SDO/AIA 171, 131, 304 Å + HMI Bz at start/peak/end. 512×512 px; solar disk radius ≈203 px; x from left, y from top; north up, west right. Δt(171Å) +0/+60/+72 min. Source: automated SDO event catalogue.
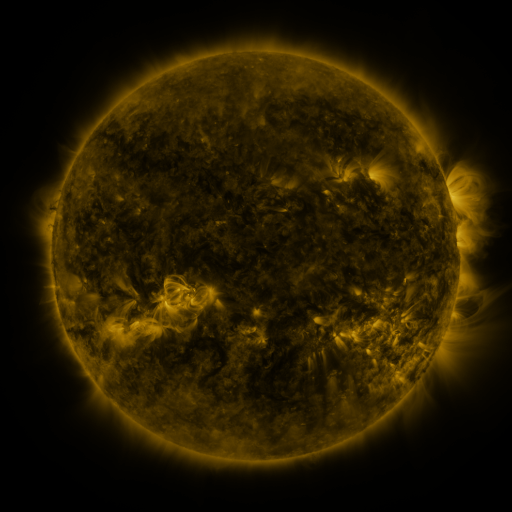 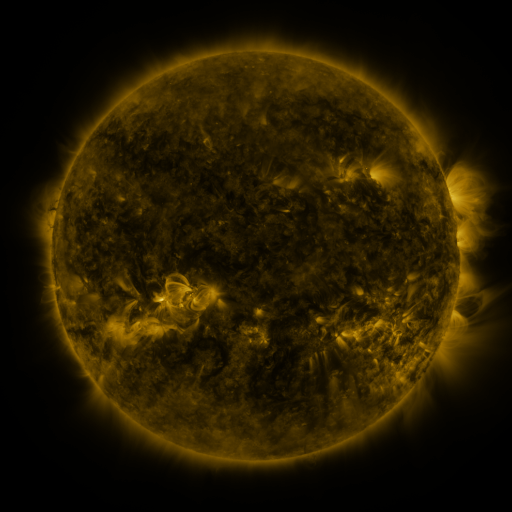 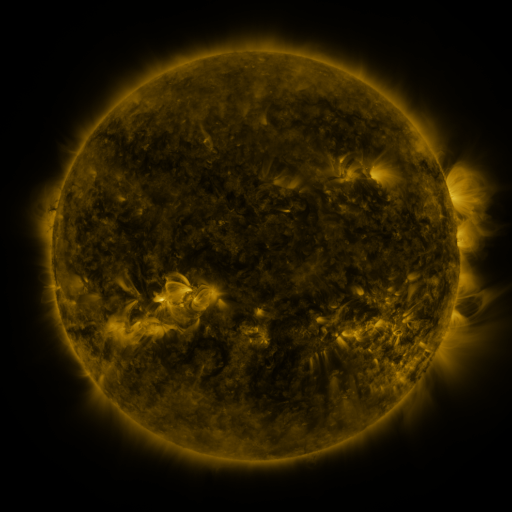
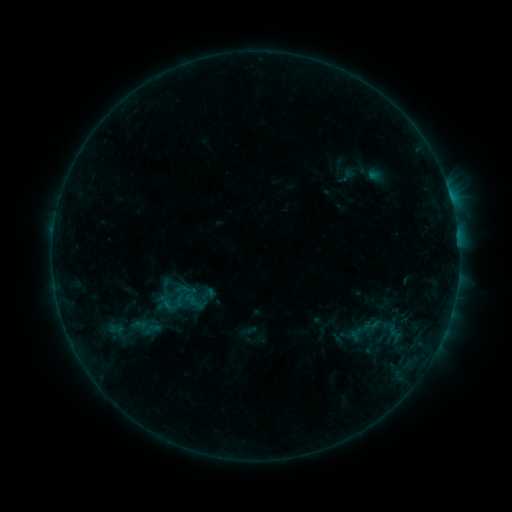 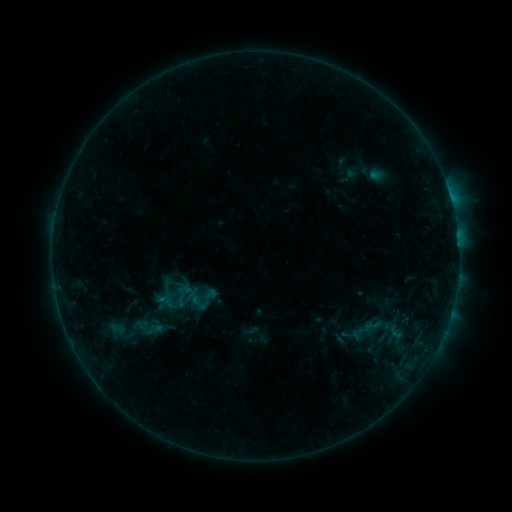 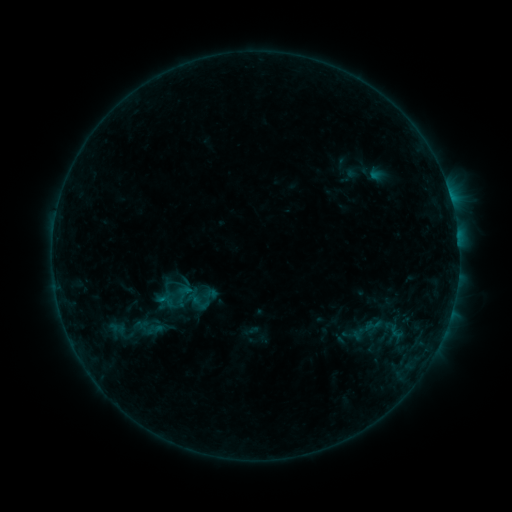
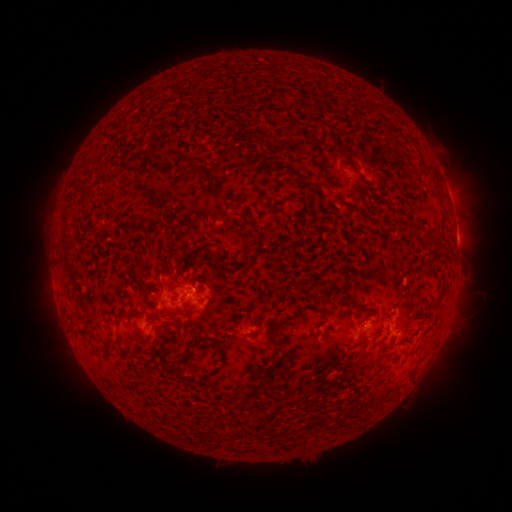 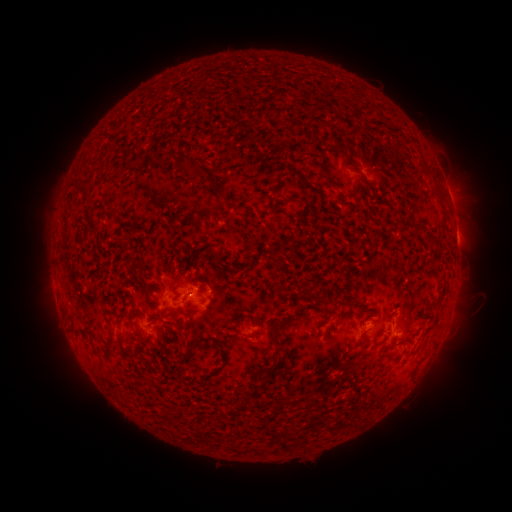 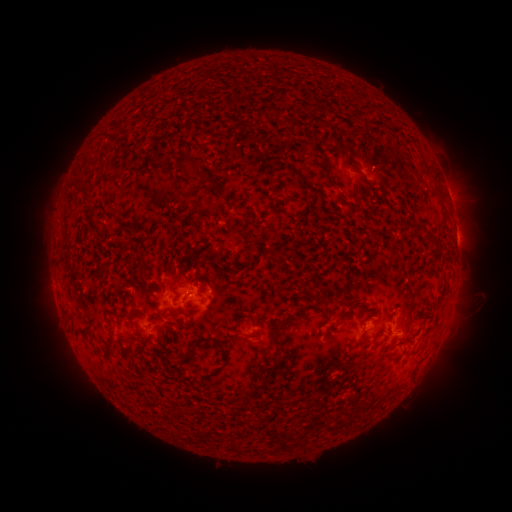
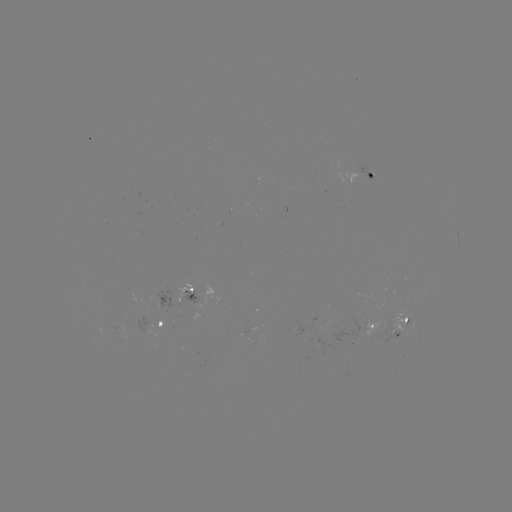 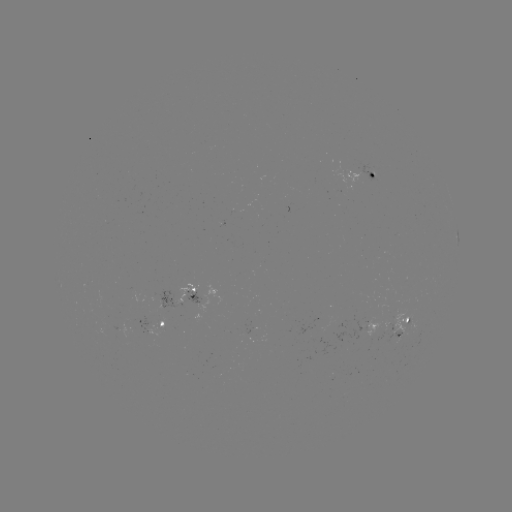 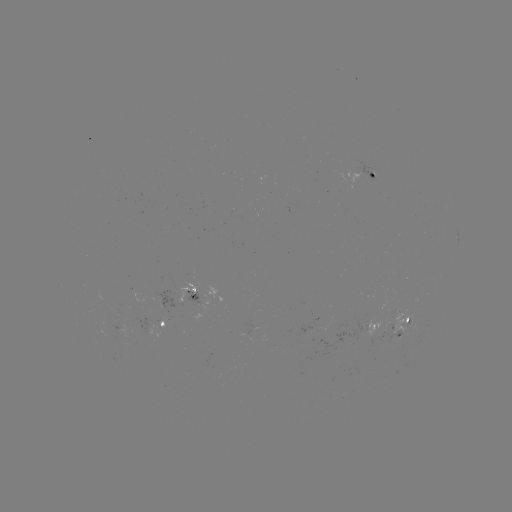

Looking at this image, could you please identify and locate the emerging-flux region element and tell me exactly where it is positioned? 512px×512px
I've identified emerging-flux region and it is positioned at (398, 318).